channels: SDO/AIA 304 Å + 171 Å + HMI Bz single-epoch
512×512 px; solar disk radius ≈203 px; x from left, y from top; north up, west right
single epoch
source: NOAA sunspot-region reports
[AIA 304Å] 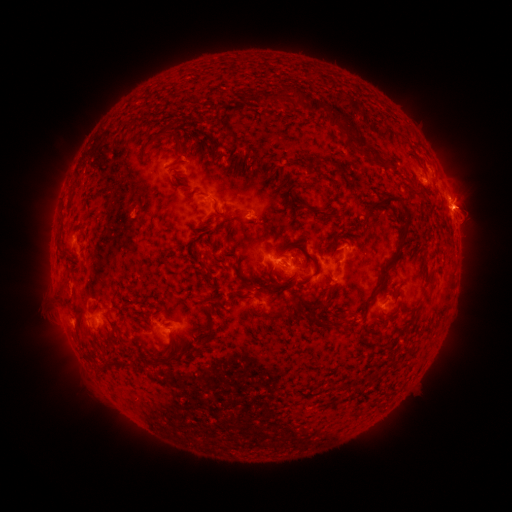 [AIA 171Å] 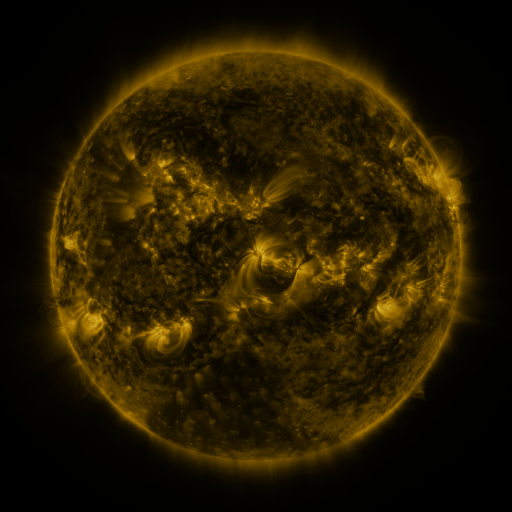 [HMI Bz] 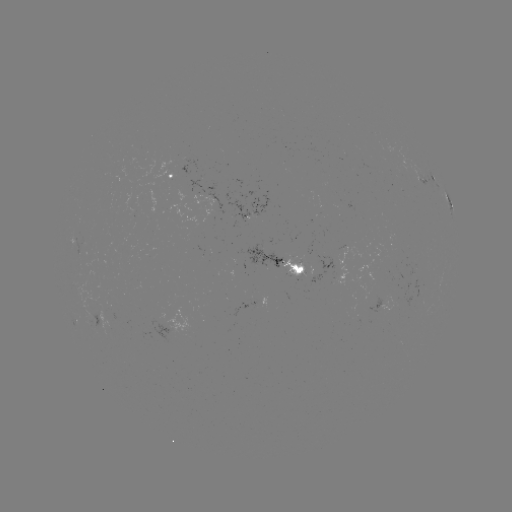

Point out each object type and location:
spotted active region: (170, 176)
spotted active region: (432, 184)
spotted active region: (449, 202)
spotted active region: (213, 204)
spotted active region: (252, 217)
spotted active region: (290, 264)
spotted active region: (377, 304)
spotted active region: (102, 315)
